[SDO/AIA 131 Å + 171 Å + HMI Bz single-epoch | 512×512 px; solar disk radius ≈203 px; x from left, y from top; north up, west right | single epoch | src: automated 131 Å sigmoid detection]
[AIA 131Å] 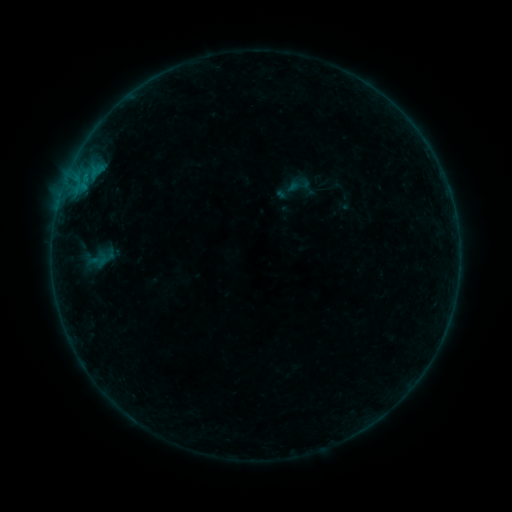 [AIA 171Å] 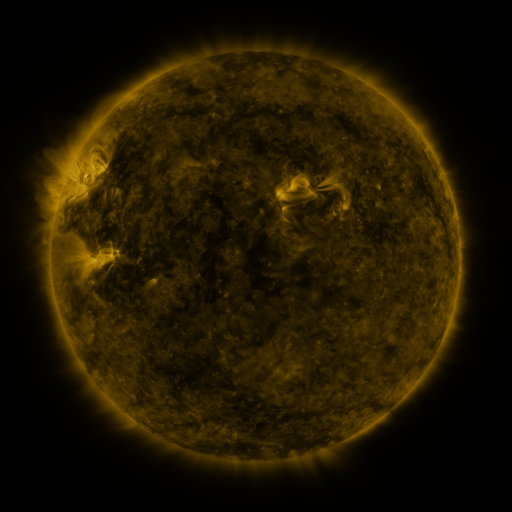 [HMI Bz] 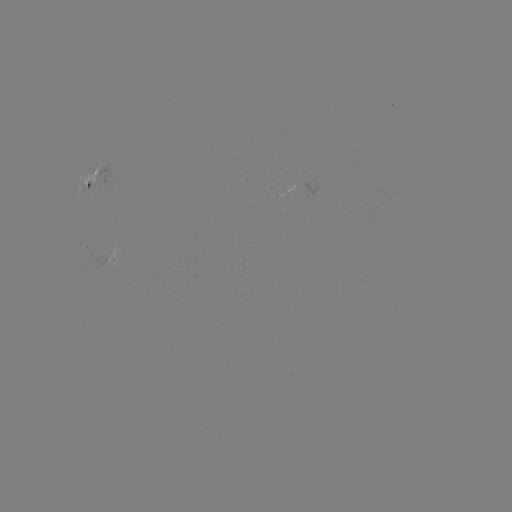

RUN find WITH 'sigmoid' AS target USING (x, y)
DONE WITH (299, 185) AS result